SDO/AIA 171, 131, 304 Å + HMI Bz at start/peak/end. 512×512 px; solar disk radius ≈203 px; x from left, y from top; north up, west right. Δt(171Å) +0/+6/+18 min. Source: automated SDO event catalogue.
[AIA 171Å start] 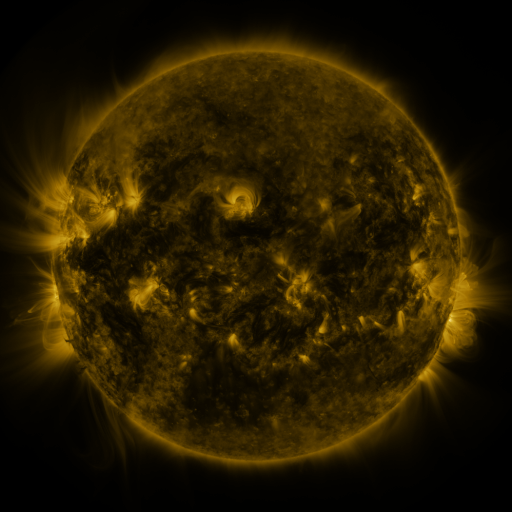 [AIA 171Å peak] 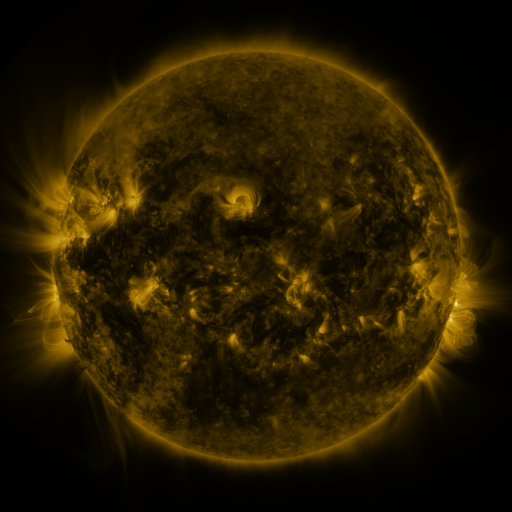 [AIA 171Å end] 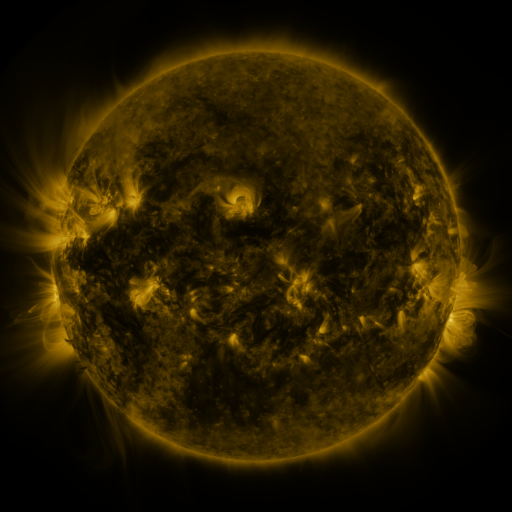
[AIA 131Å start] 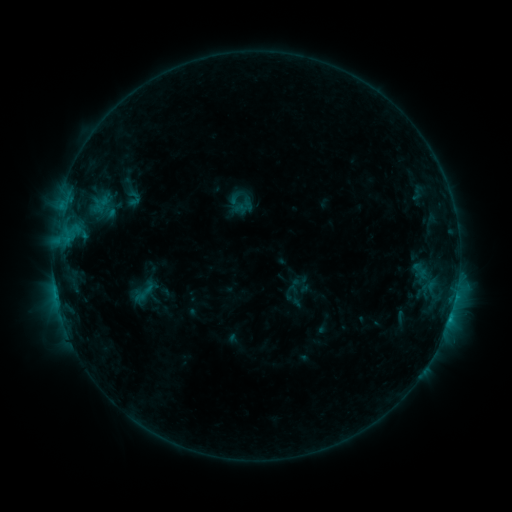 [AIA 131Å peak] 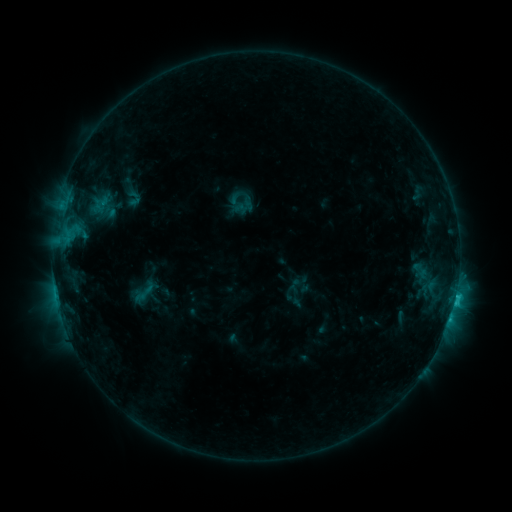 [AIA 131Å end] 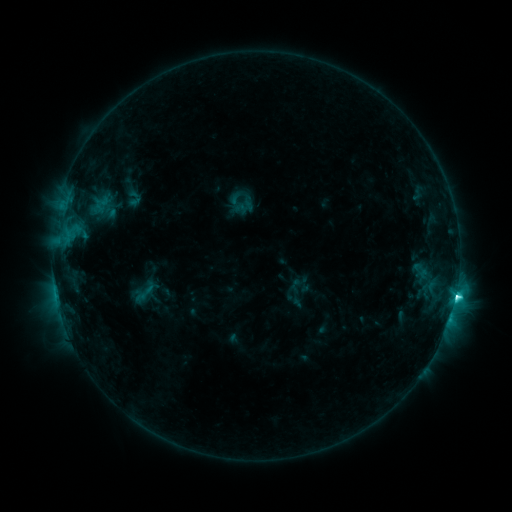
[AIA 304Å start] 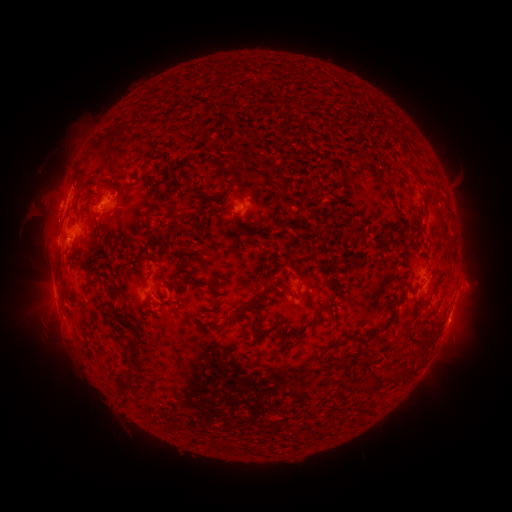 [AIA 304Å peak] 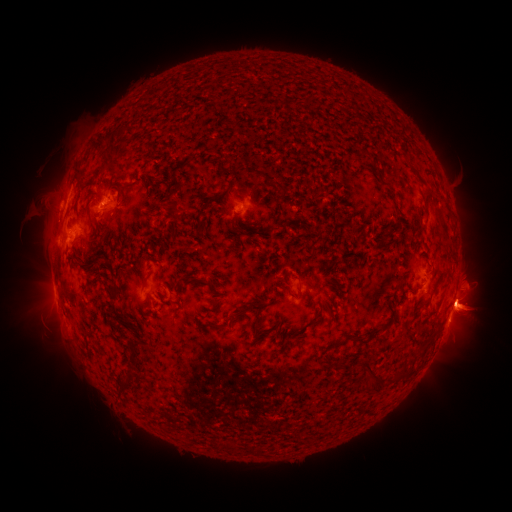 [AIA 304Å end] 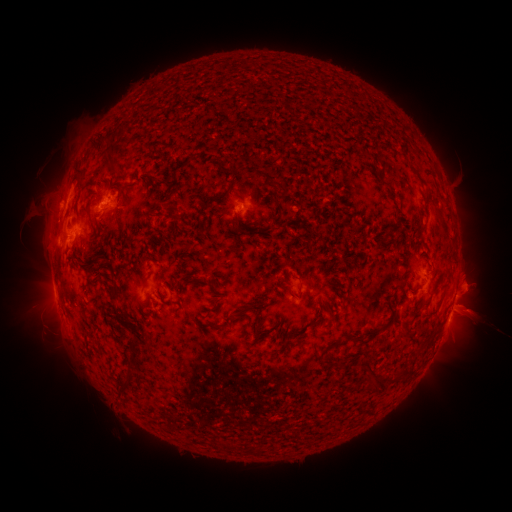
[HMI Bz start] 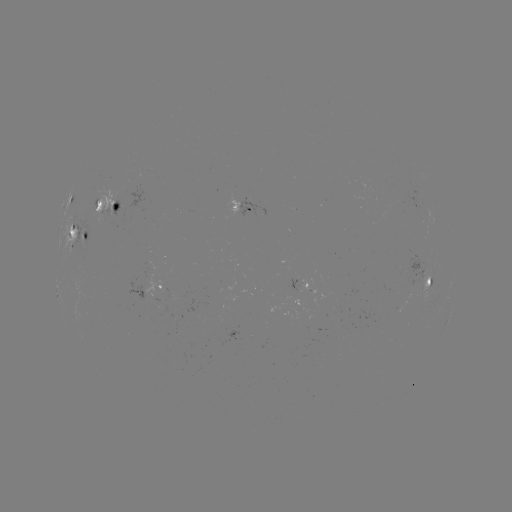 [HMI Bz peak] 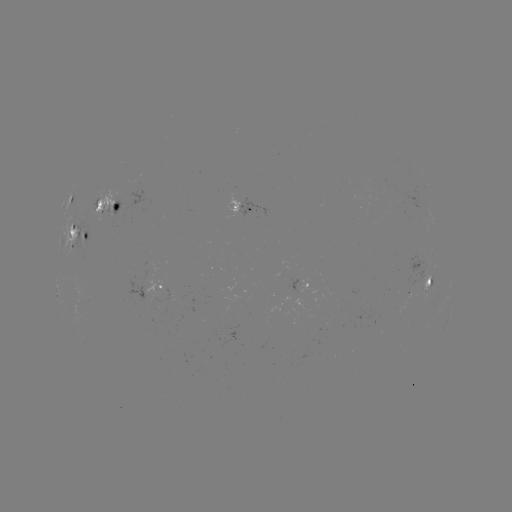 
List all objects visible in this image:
eruption: (23, 311)
